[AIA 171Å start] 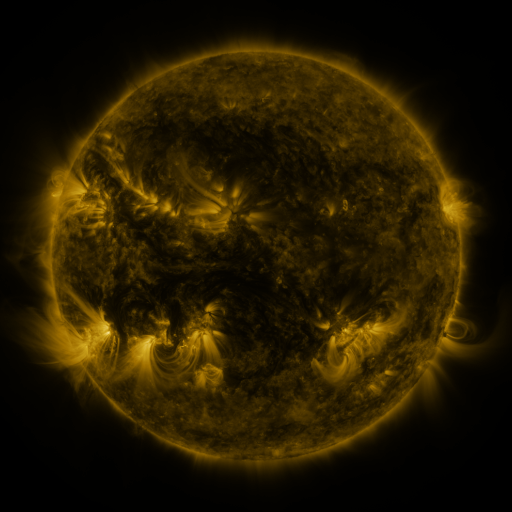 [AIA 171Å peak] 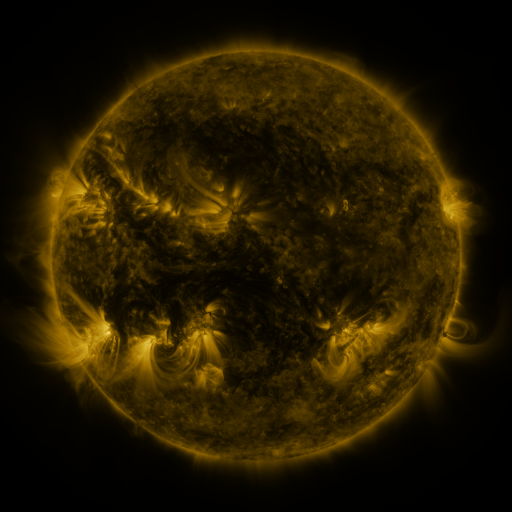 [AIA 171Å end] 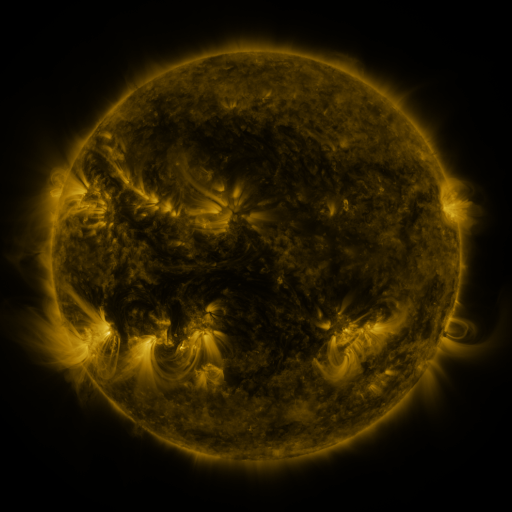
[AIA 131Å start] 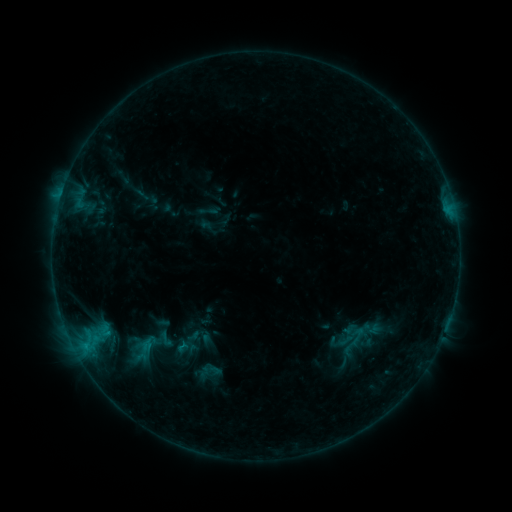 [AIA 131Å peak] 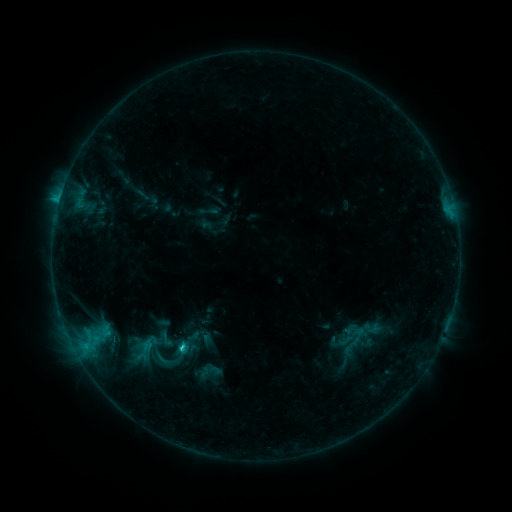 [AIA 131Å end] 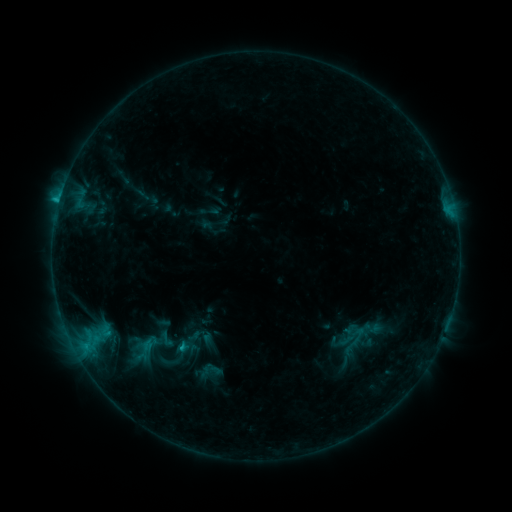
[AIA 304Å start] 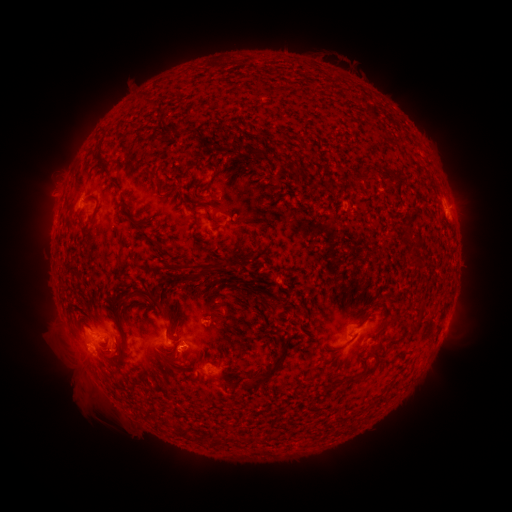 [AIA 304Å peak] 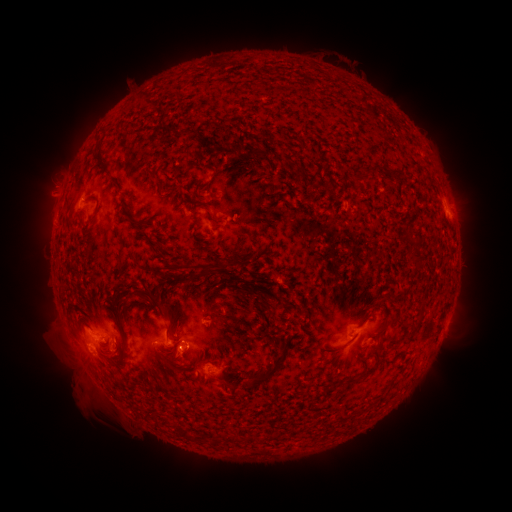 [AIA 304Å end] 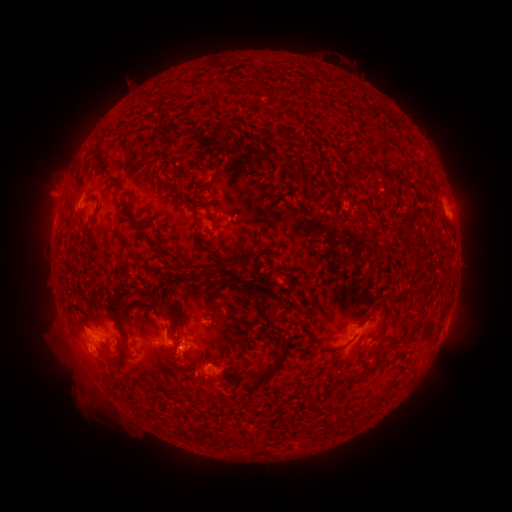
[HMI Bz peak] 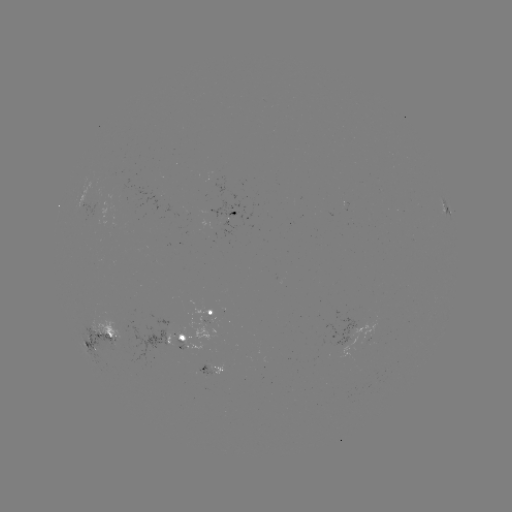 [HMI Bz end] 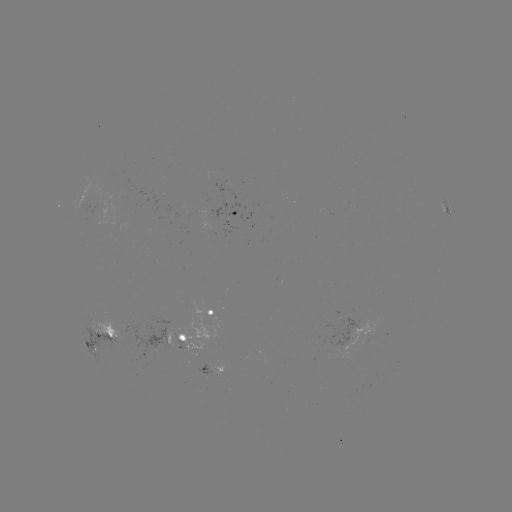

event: flare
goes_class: C1.7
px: (184, 345)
